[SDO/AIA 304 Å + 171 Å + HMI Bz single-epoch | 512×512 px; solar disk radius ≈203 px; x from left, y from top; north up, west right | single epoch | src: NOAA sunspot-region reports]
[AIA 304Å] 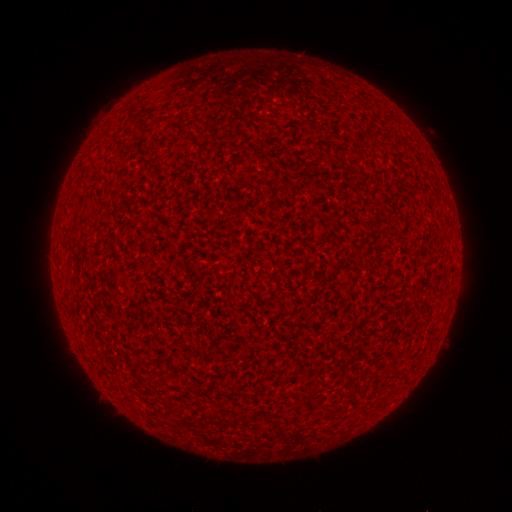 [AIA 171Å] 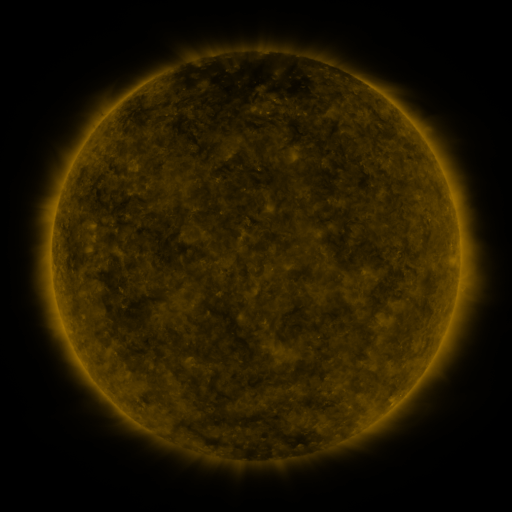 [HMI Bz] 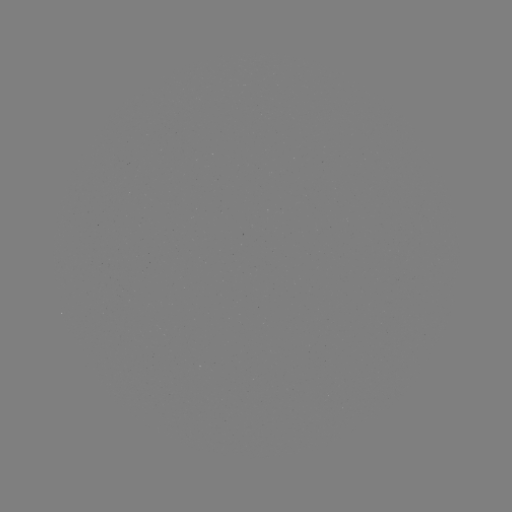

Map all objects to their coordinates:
(none)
